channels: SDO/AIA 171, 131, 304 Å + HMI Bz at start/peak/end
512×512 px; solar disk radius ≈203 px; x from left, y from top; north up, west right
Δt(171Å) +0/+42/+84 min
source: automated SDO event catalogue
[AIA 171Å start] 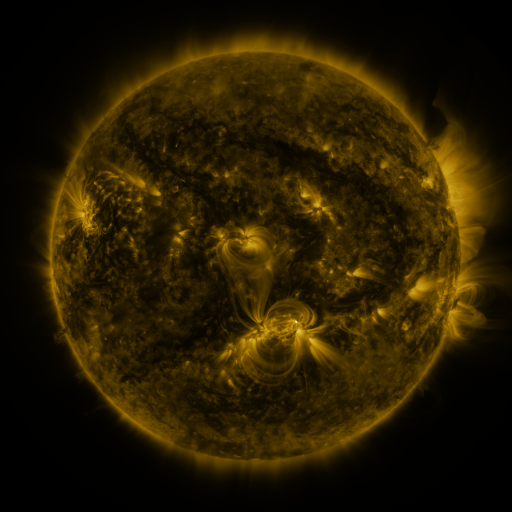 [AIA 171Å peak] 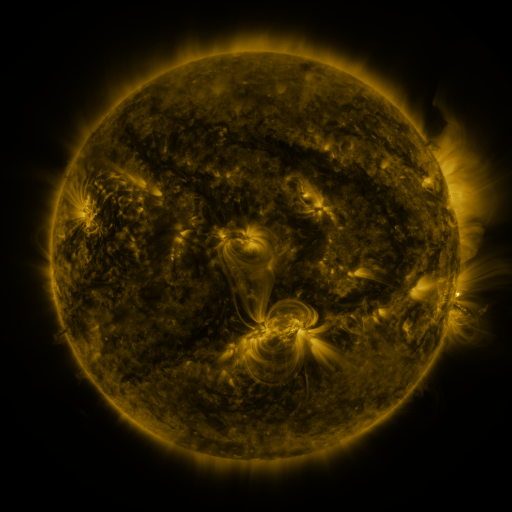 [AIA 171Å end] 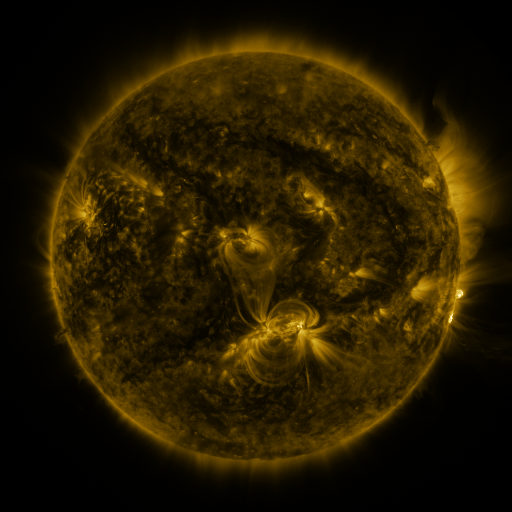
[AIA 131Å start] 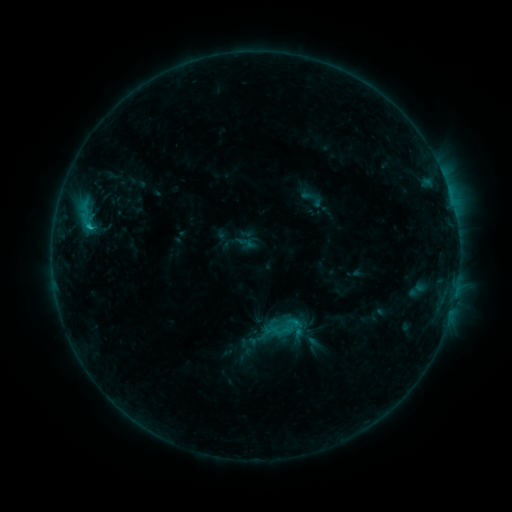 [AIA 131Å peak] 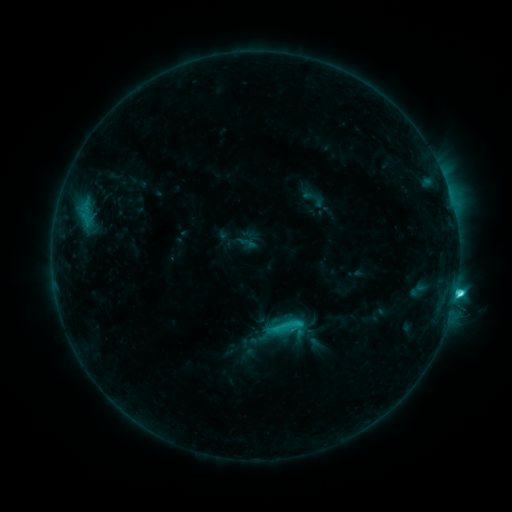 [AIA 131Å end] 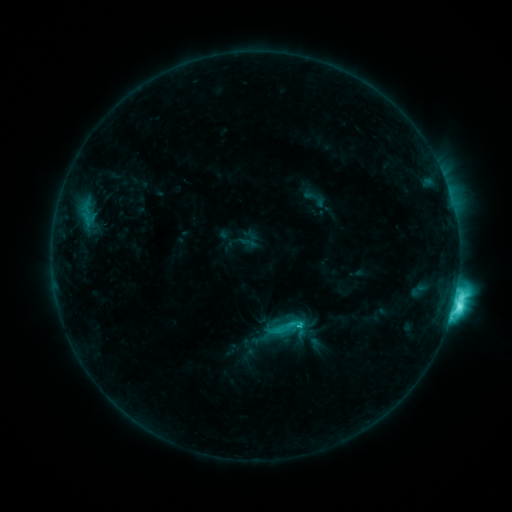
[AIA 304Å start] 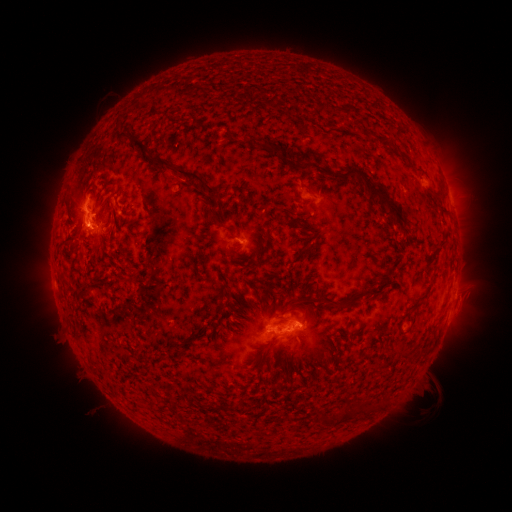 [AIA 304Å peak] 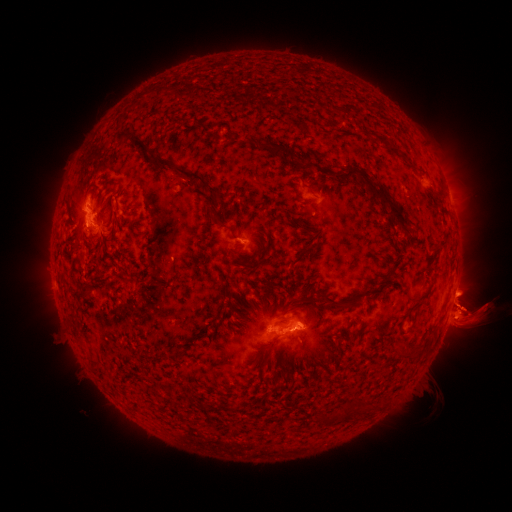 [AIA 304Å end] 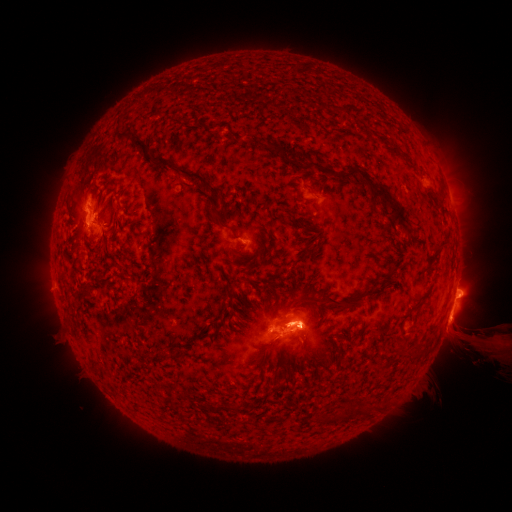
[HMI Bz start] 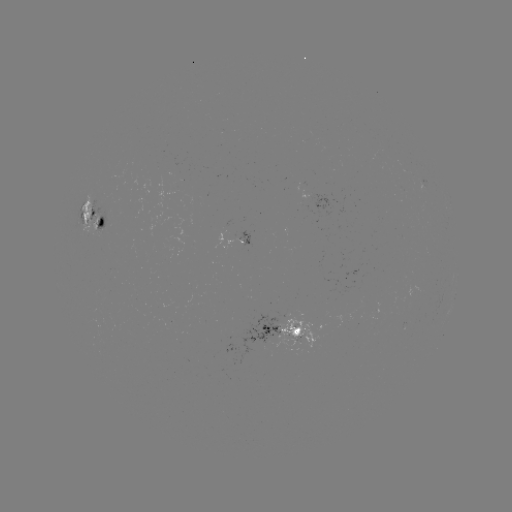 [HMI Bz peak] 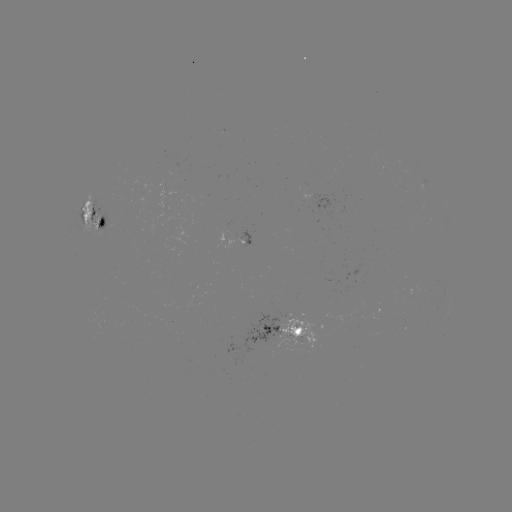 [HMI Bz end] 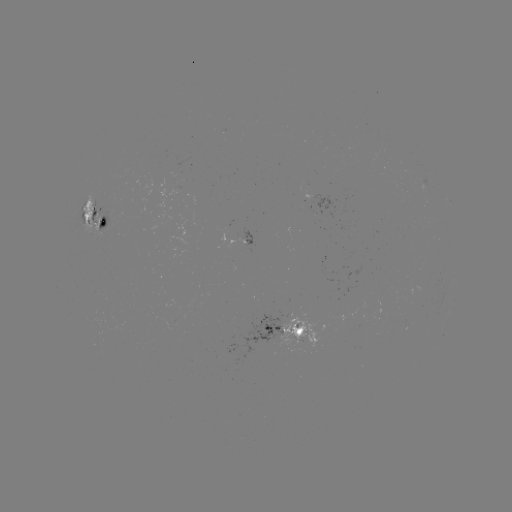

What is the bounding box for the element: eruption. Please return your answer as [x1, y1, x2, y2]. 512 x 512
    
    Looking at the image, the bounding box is [348, 168, 511, 461].